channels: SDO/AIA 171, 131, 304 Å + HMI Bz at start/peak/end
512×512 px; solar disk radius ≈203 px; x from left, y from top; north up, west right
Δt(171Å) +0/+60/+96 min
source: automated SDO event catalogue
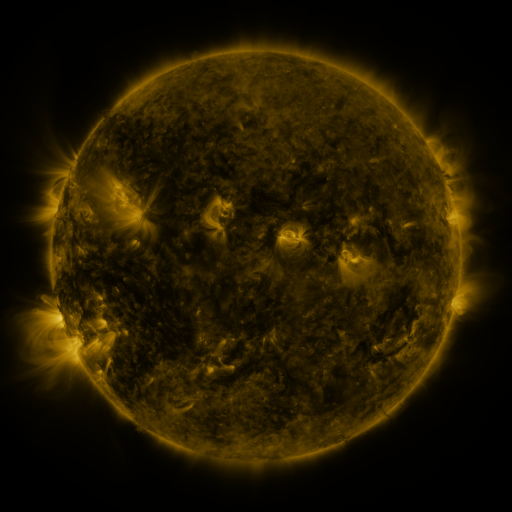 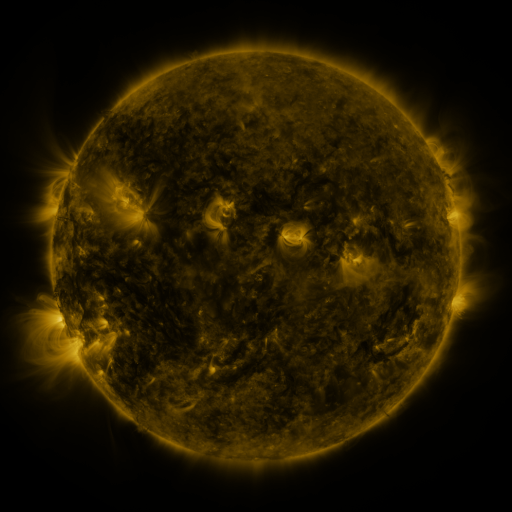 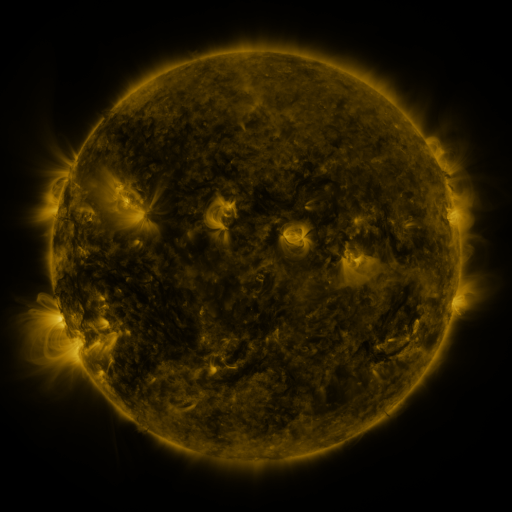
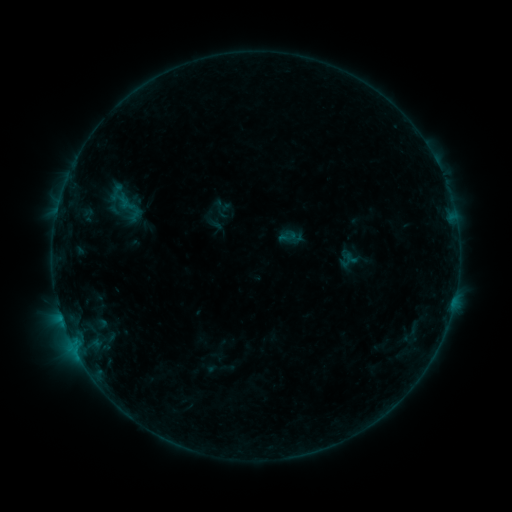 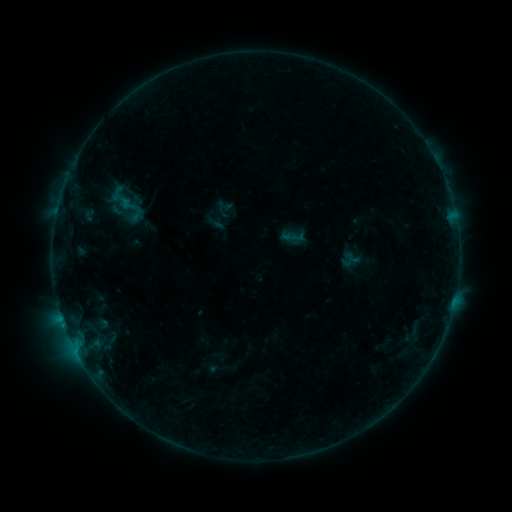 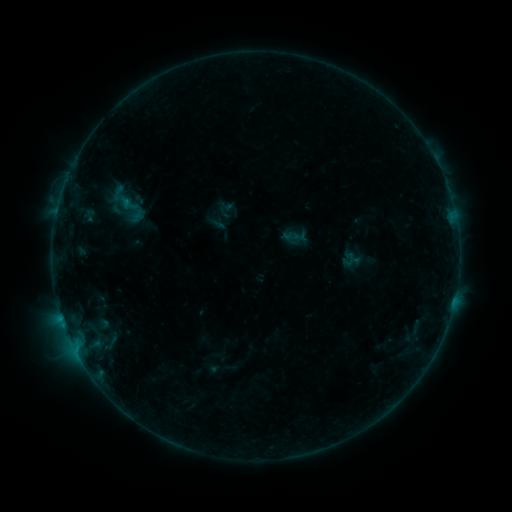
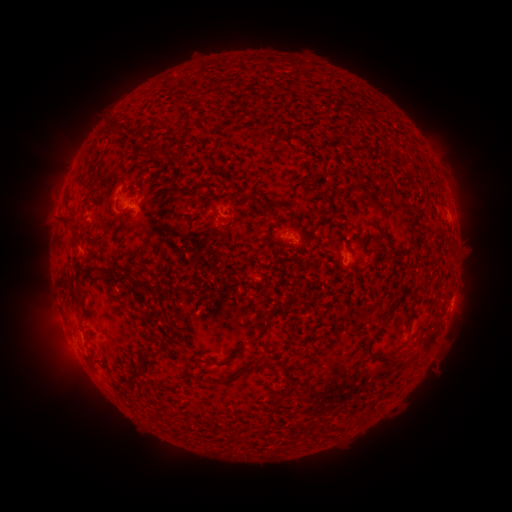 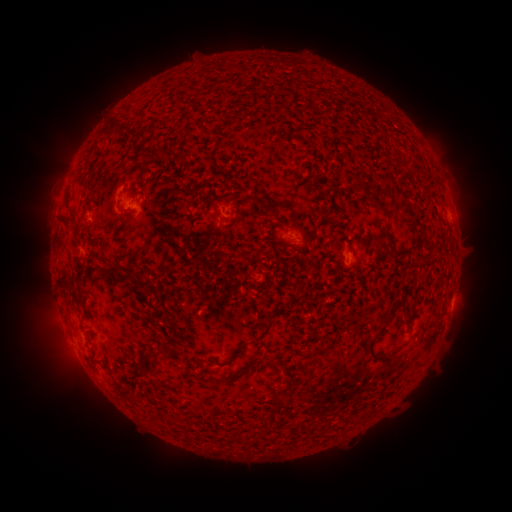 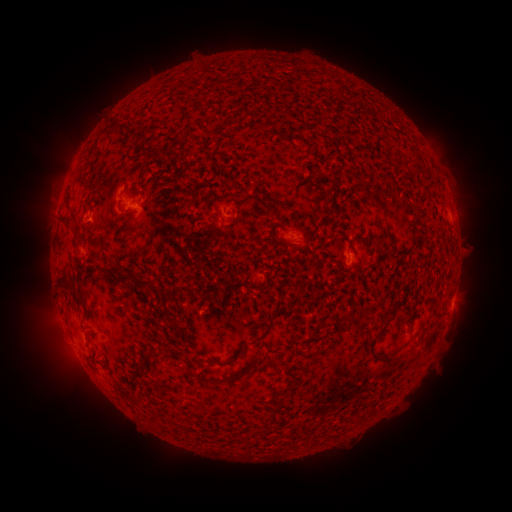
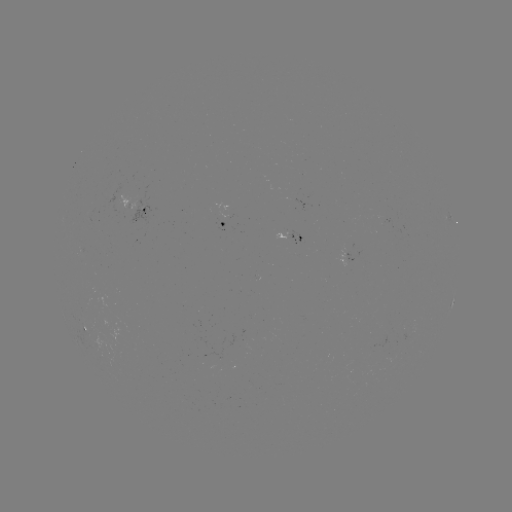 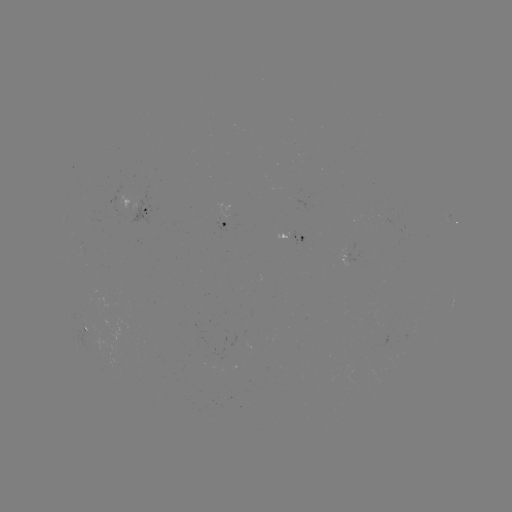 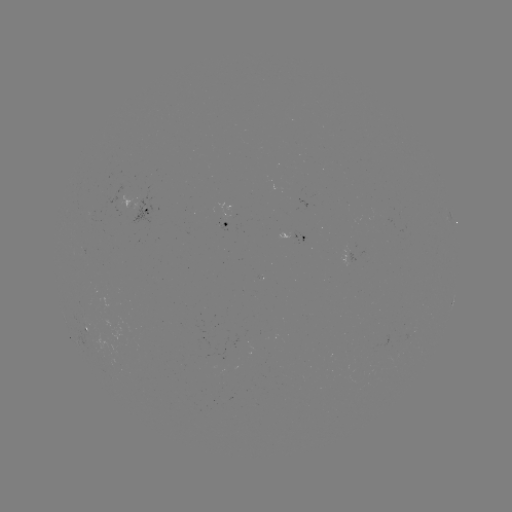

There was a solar emerging-flux region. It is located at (290, 239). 